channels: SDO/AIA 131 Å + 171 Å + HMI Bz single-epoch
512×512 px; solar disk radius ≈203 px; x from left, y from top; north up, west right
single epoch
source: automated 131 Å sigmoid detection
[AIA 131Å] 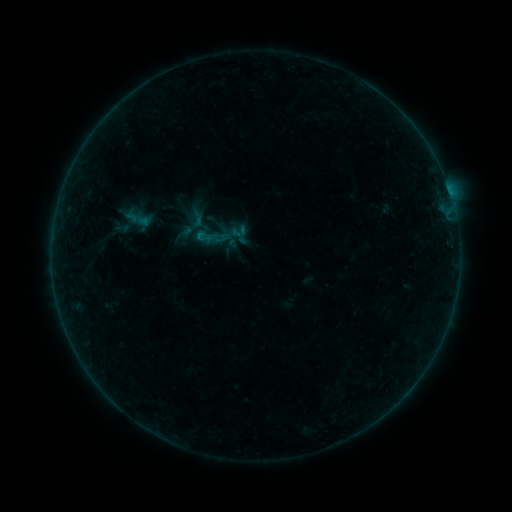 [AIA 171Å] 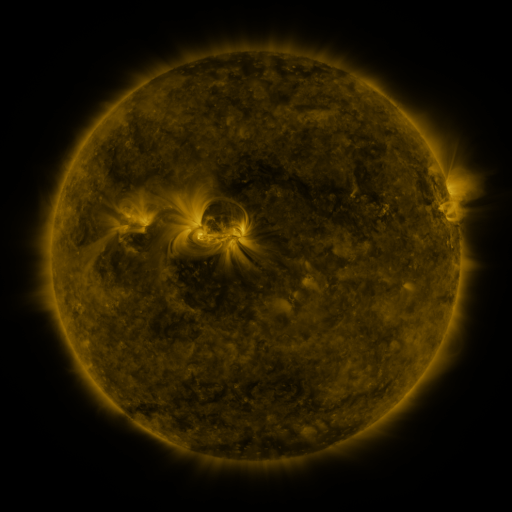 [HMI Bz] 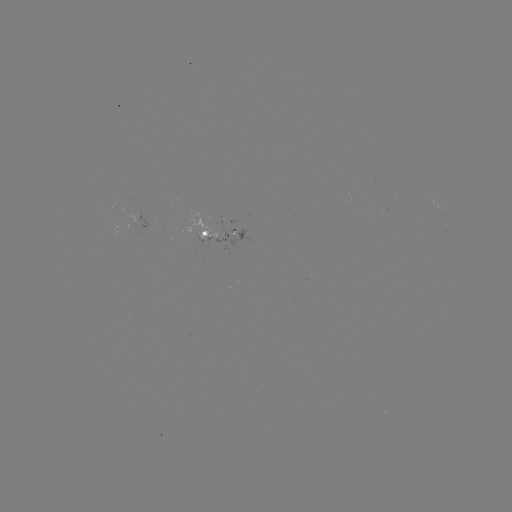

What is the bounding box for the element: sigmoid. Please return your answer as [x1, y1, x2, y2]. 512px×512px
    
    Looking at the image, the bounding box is [192, 225, 219, 252].